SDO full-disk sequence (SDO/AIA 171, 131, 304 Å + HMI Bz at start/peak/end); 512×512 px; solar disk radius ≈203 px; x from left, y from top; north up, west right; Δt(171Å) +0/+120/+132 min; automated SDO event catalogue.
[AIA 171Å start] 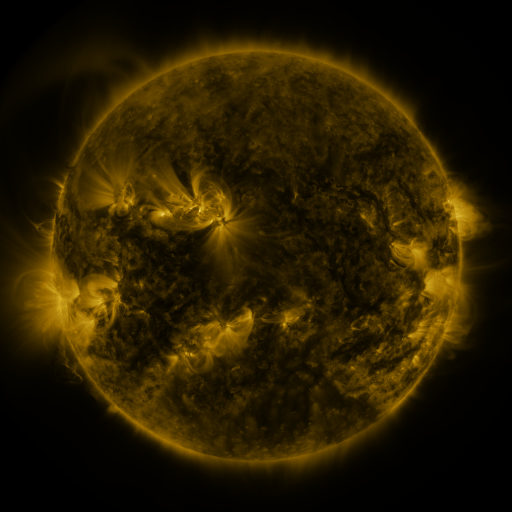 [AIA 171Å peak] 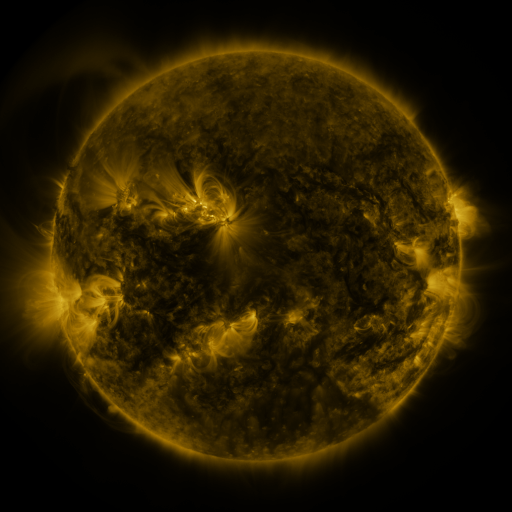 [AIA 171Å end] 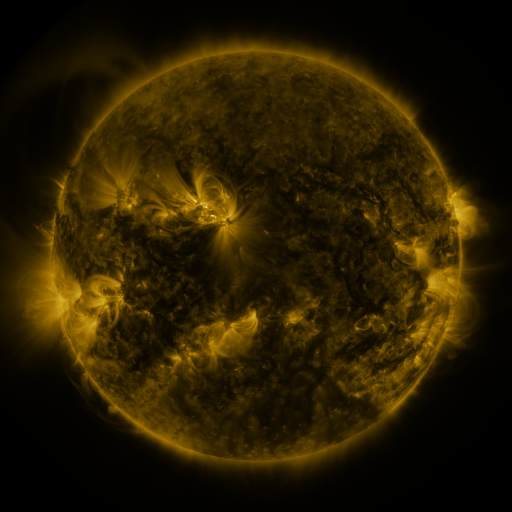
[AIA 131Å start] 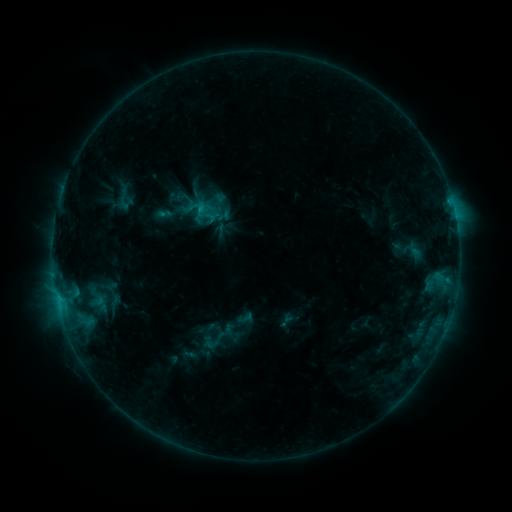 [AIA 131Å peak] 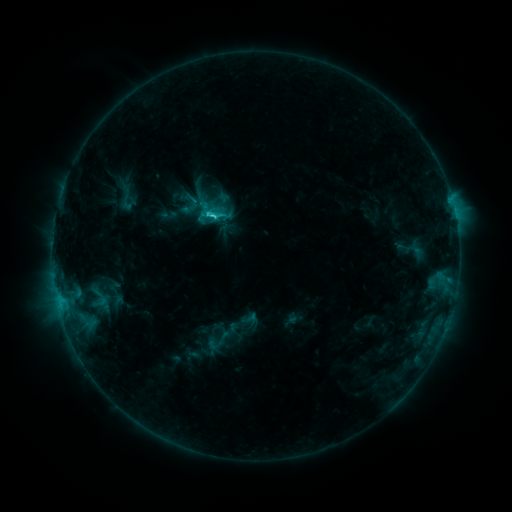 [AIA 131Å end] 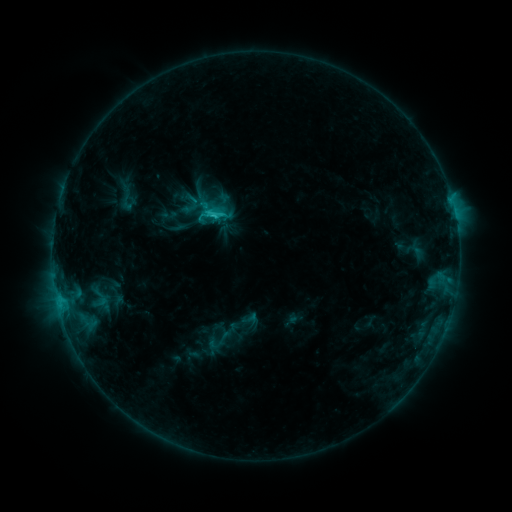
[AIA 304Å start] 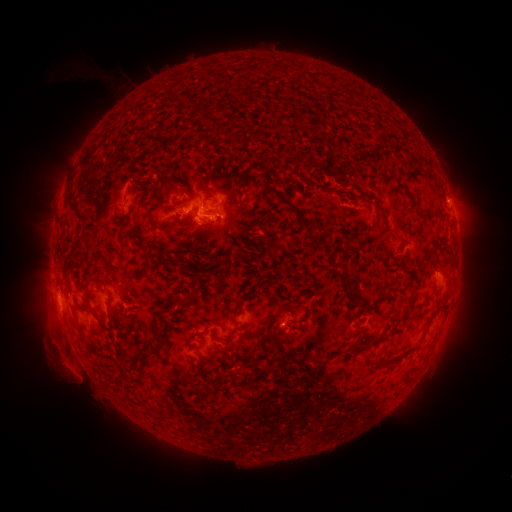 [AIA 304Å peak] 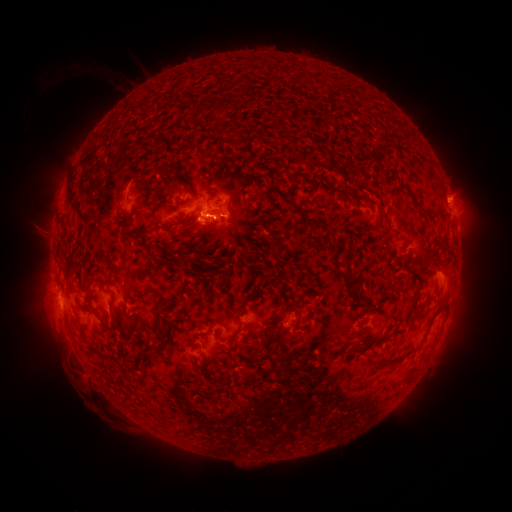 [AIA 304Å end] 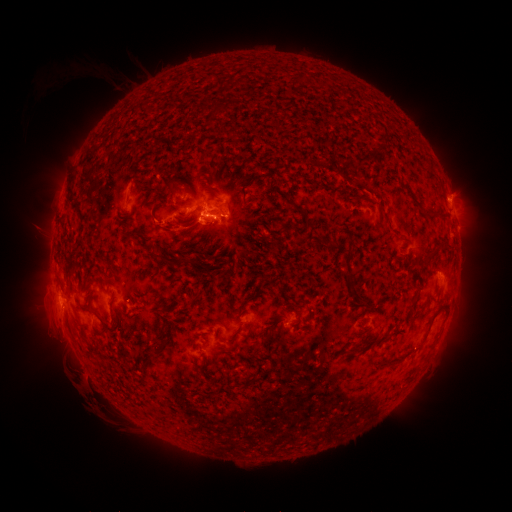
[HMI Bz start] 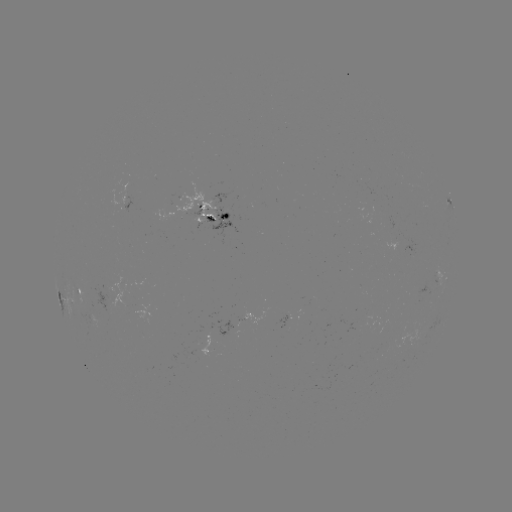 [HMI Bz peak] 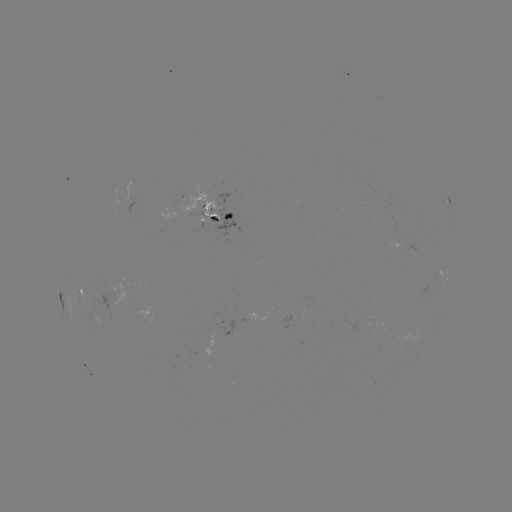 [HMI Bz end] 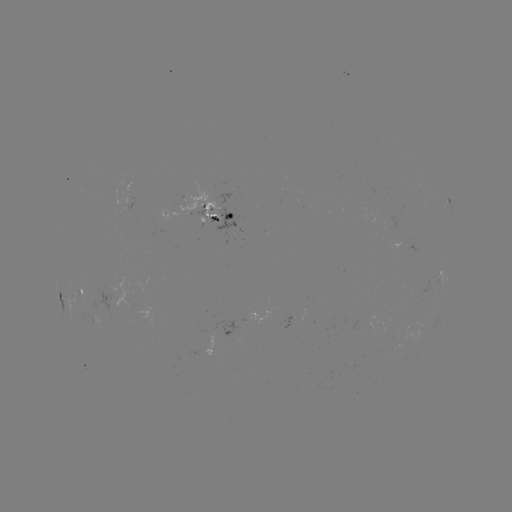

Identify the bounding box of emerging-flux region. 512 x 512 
[79, 286, 93, 299].